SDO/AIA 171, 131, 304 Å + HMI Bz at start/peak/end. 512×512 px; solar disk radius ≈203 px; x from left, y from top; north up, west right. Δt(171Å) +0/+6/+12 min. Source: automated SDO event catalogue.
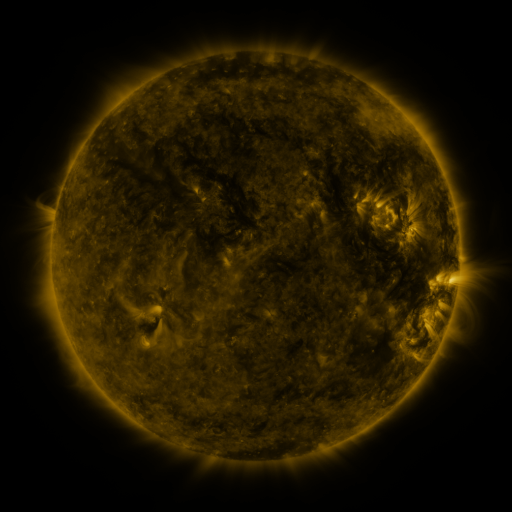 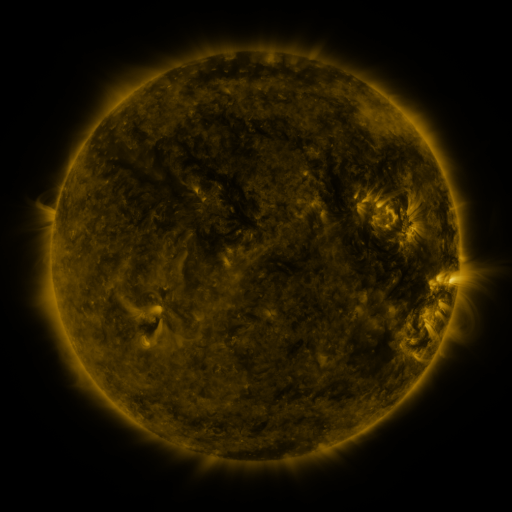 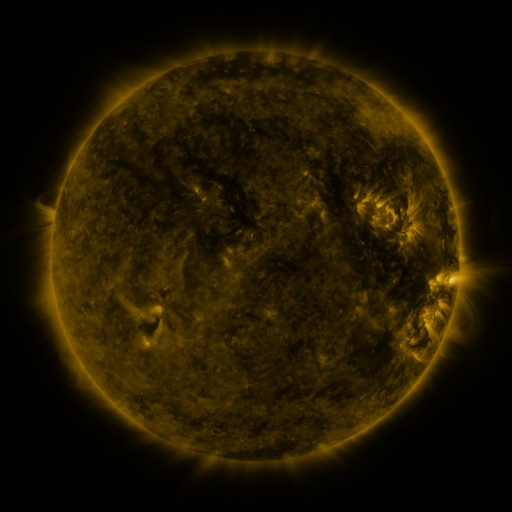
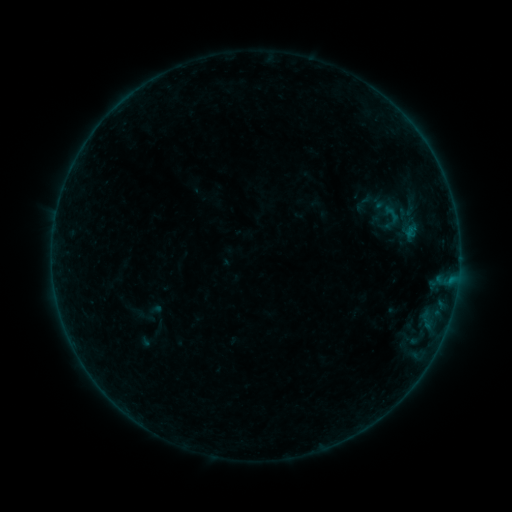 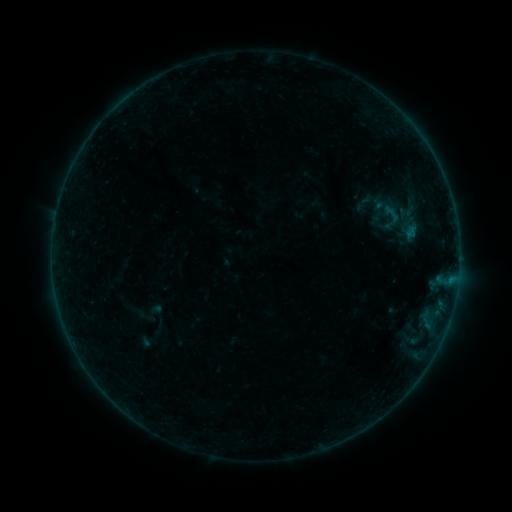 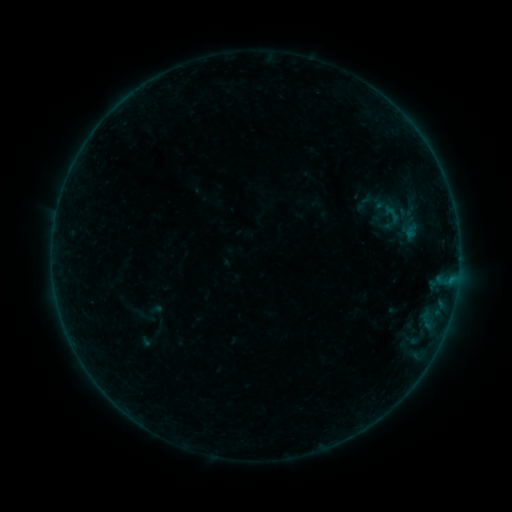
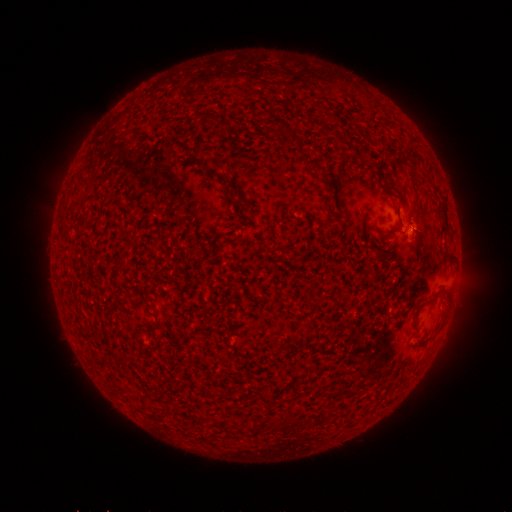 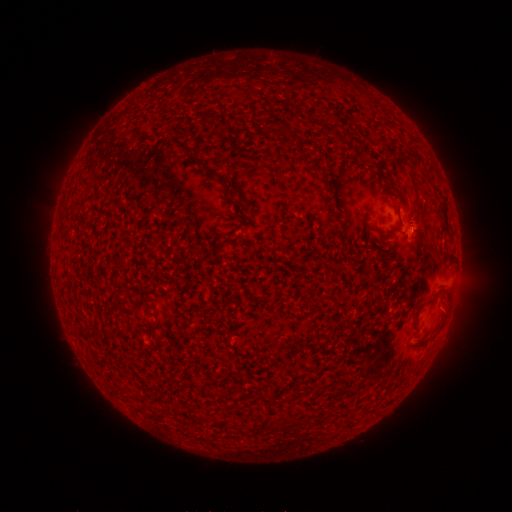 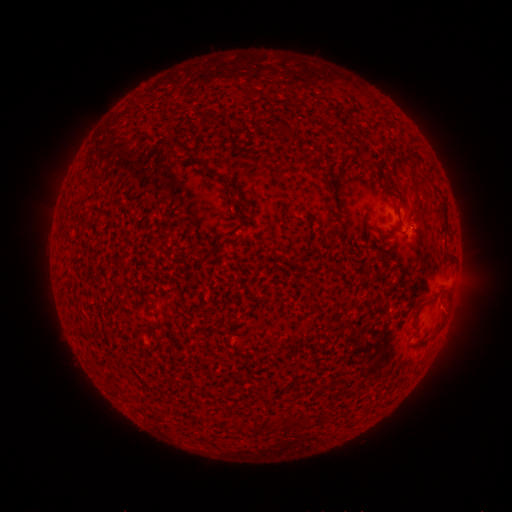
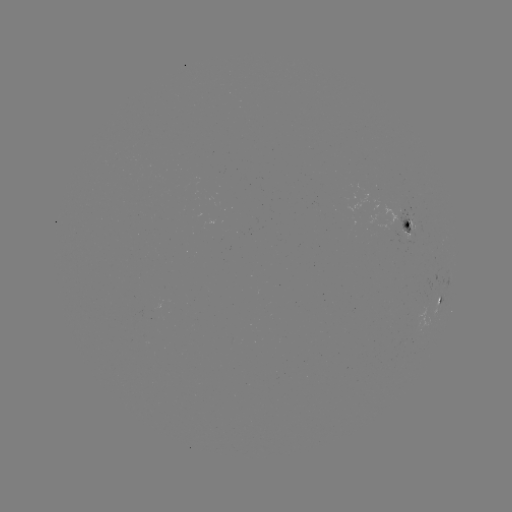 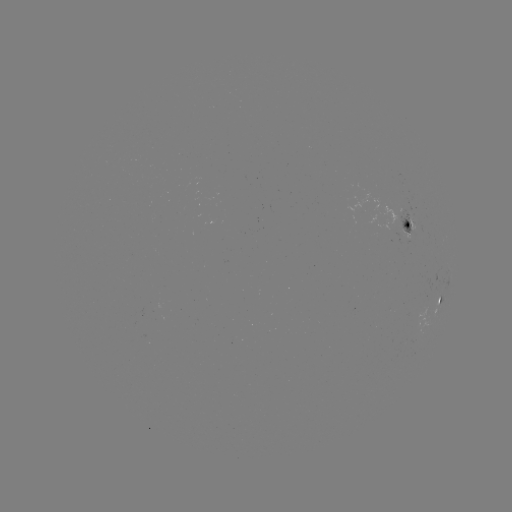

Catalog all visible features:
B1.2 flare: (411, 235)
